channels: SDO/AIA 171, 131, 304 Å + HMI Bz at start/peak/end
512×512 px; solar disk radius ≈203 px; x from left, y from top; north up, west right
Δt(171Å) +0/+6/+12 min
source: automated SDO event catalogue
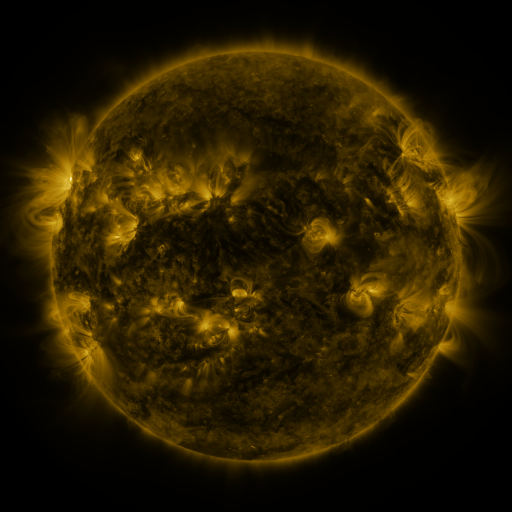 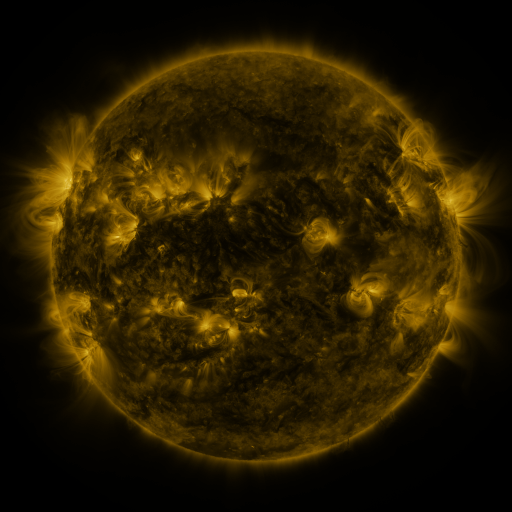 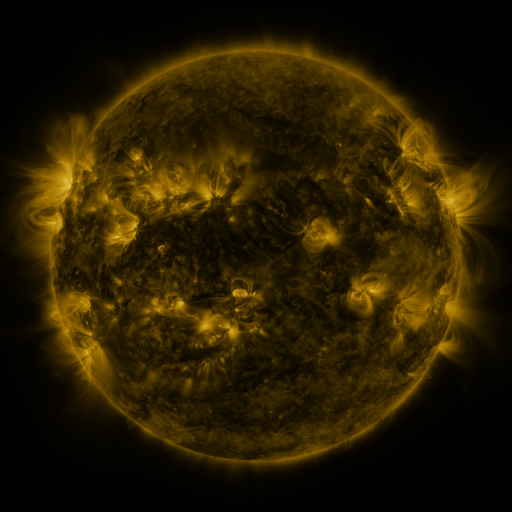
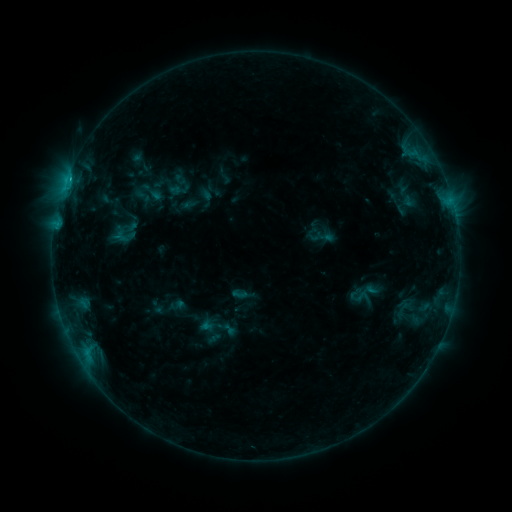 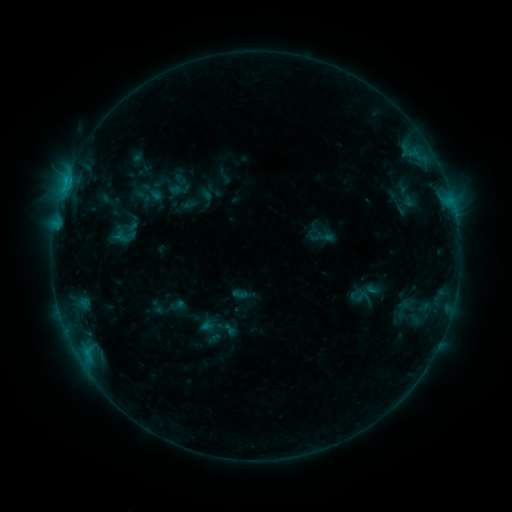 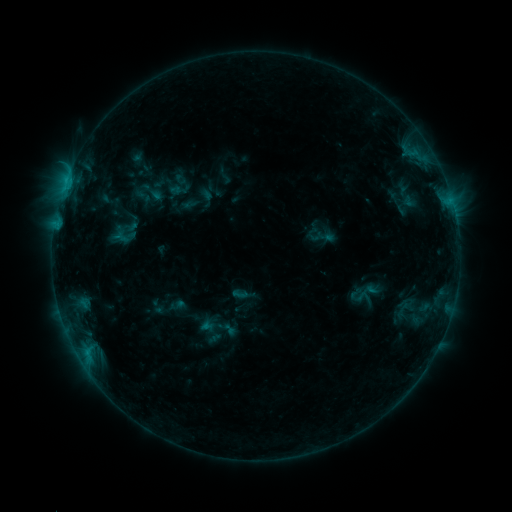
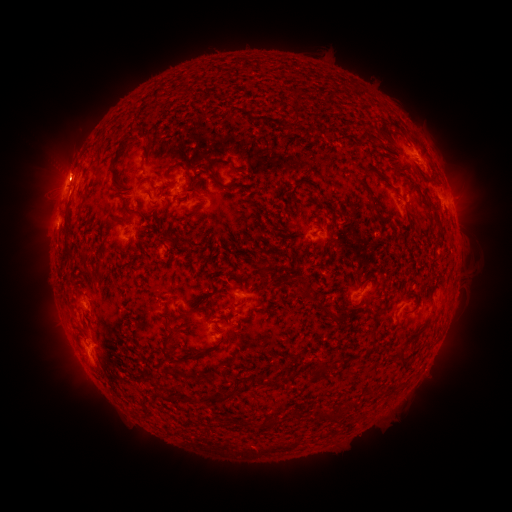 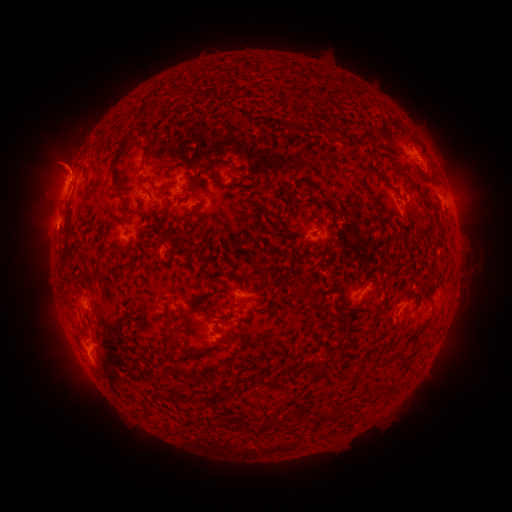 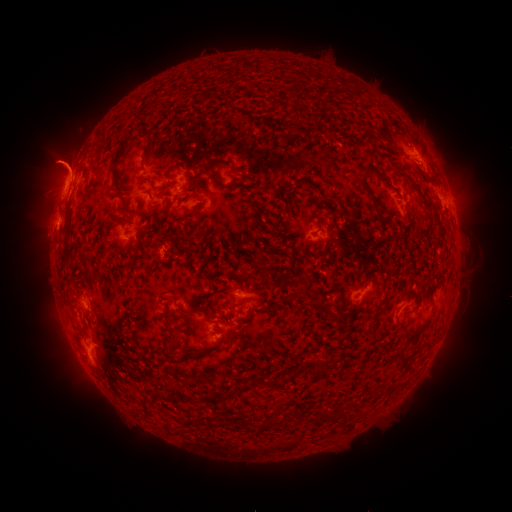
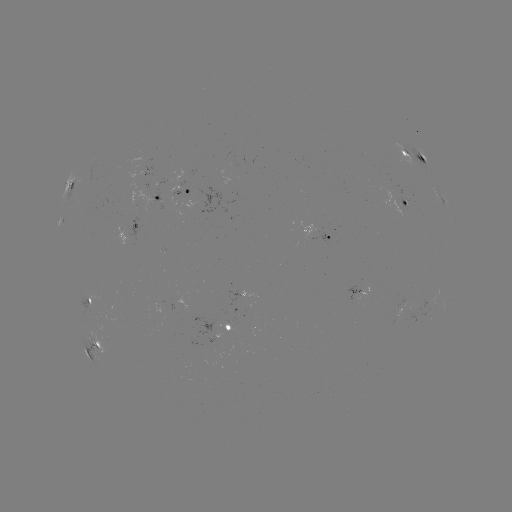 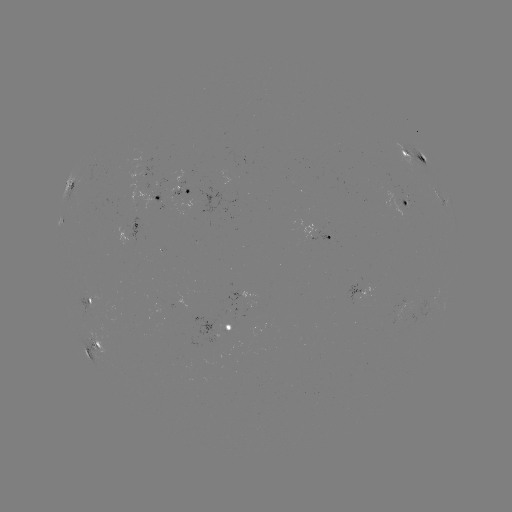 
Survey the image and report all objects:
eruption: (62, 159)
